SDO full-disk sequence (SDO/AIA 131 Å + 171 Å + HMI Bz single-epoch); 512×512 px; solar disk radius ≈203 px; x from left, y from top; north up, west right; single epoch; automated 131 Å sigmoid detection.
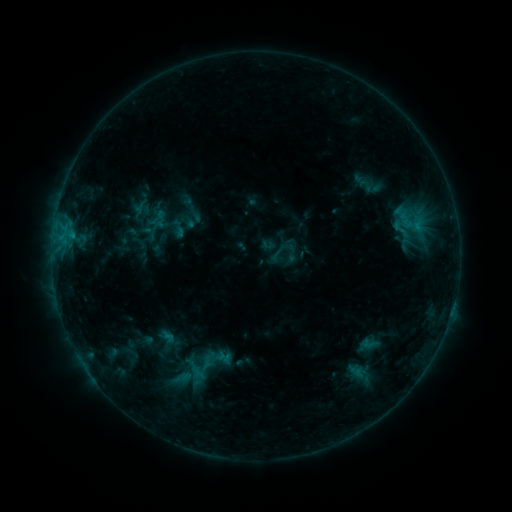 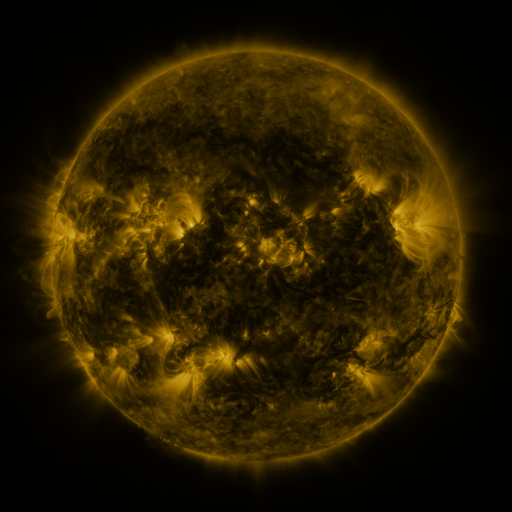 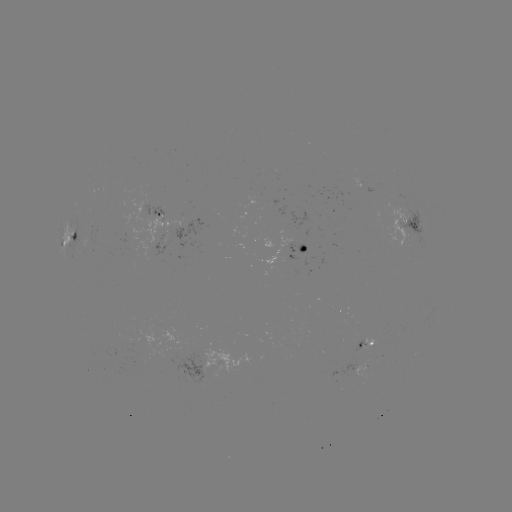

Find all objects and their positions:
sigmoid: (401, 229)
sigmoid: (167, 340)
